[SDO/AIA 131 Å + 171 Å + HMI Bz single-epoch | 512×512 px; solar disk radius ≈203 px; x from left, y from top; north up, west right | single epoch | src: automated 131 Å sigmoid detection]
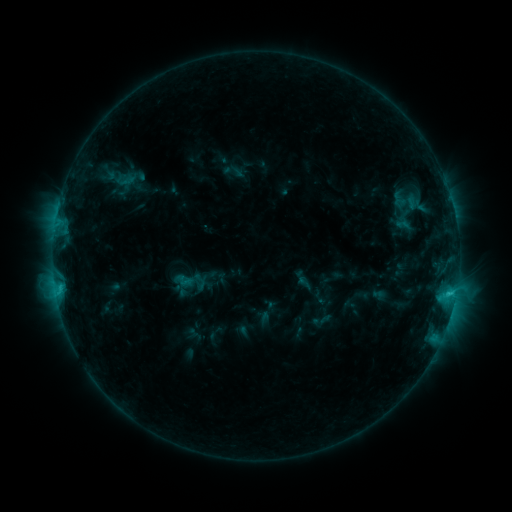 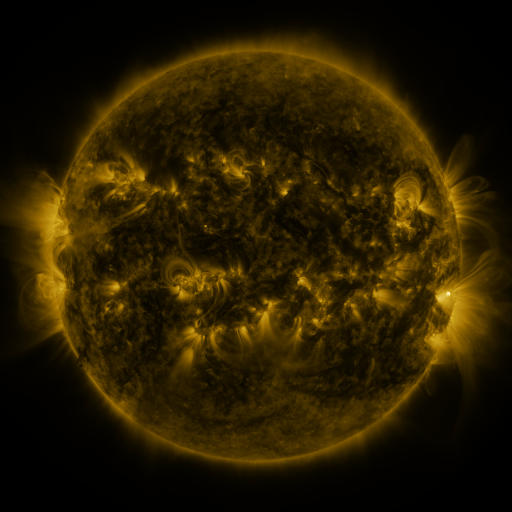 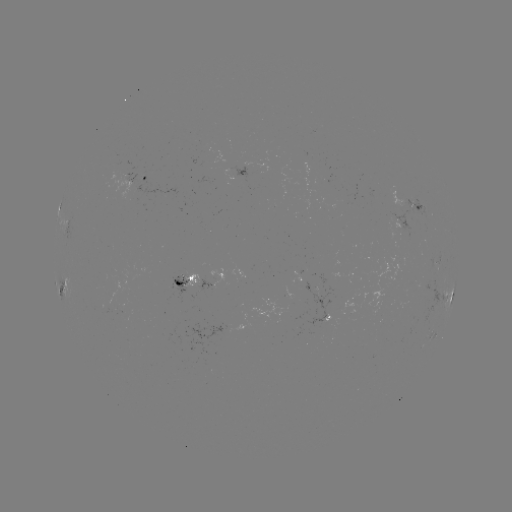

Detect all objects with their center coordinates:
sigmoid: (399, 199)
sigmoid: (200, 281)
